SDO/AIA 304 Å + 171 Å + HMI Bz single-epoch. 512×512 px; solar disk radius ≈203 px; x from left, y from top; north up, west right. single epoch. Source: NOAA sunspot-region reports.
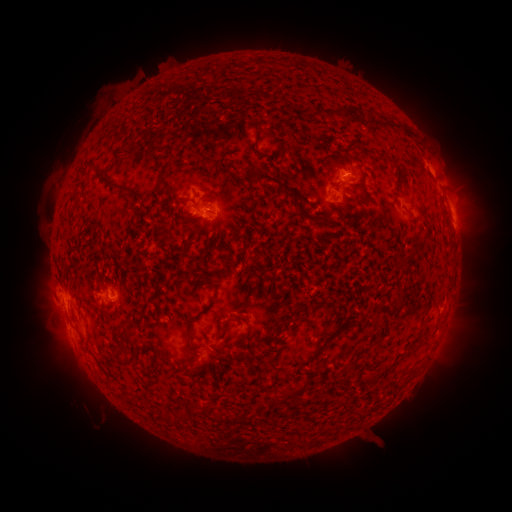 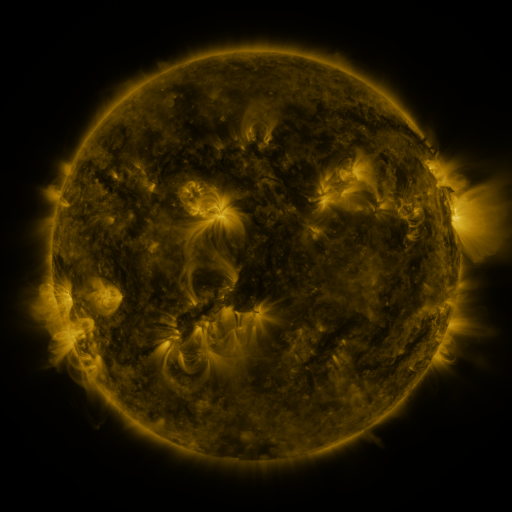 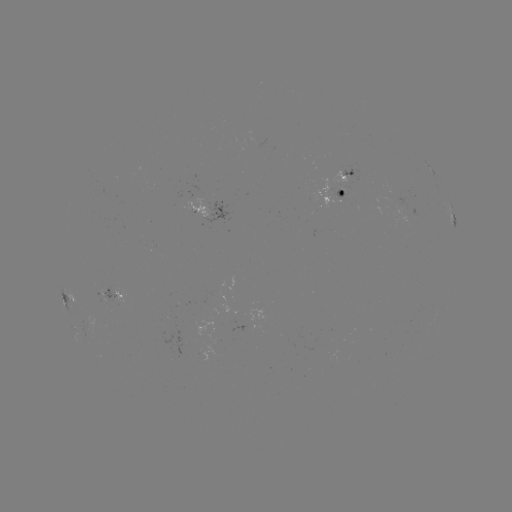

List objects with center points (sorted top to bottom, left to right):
spotted active region: (347, 172)
spotted active region: (341, 192)
spotted active region: (211, 208)
spotted active region: (453, 219)
spotted active region: (115, 295)
spotted active region: (76, 299)
